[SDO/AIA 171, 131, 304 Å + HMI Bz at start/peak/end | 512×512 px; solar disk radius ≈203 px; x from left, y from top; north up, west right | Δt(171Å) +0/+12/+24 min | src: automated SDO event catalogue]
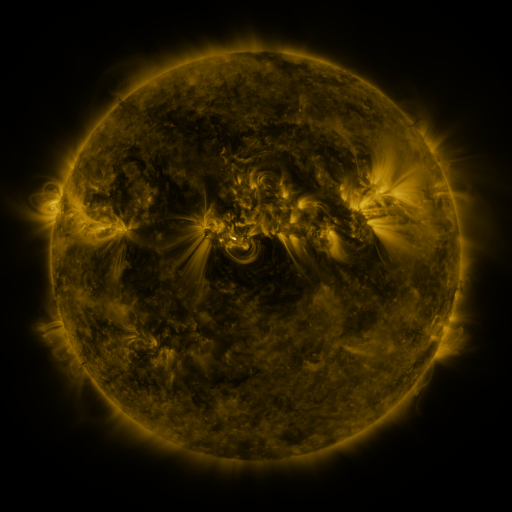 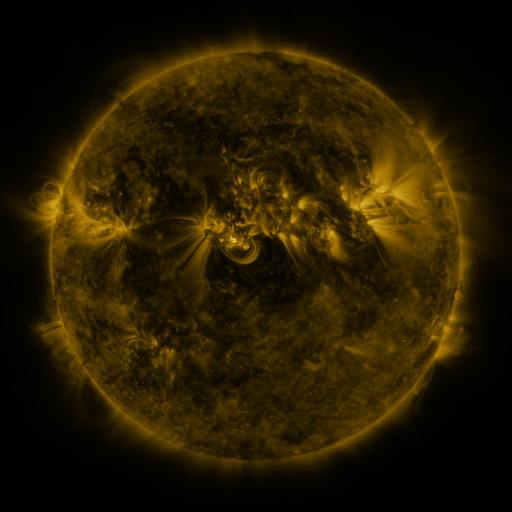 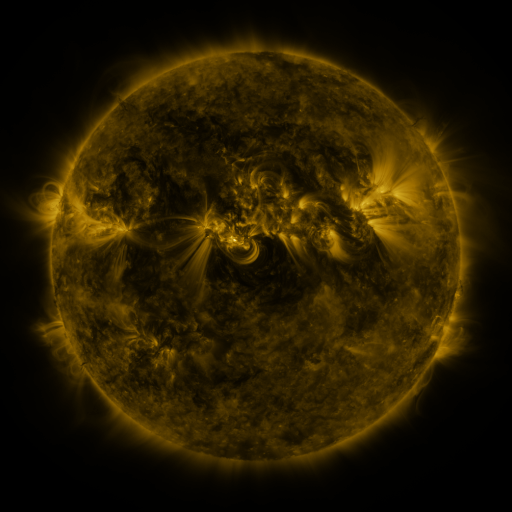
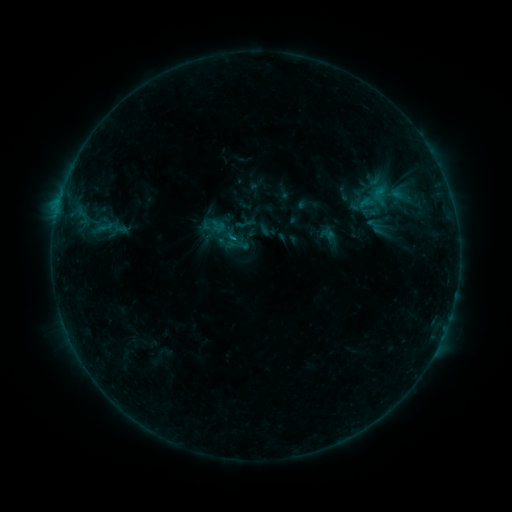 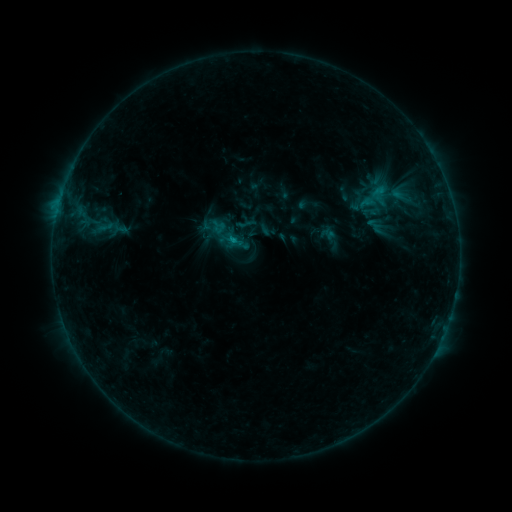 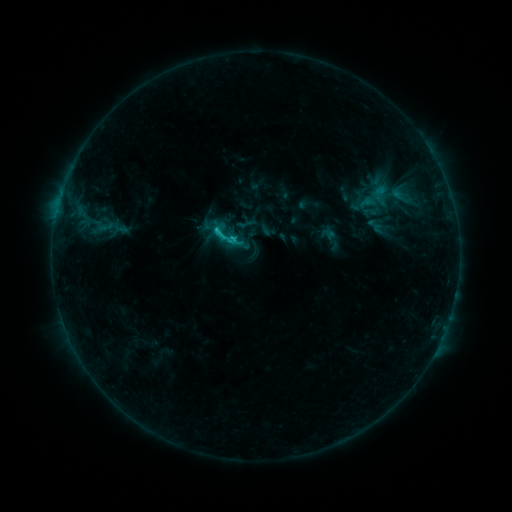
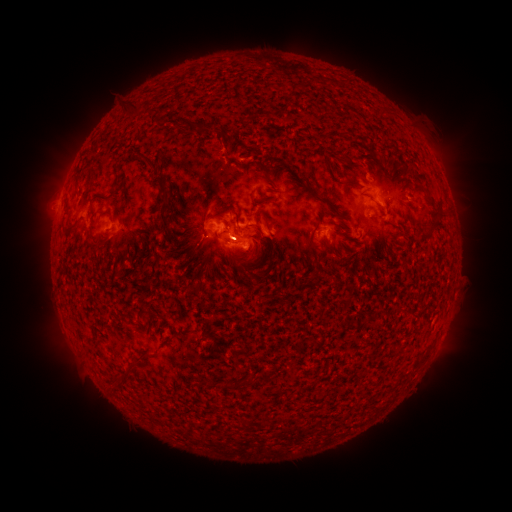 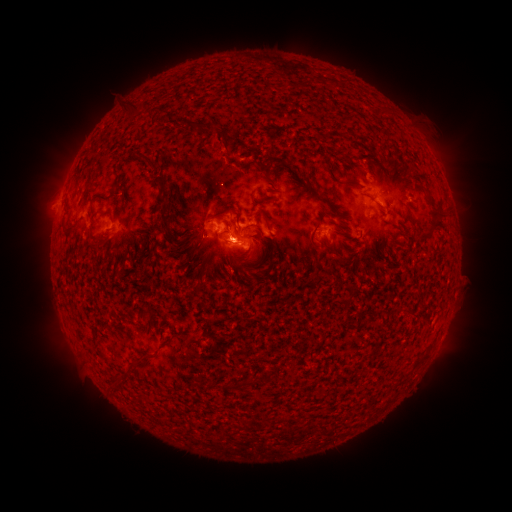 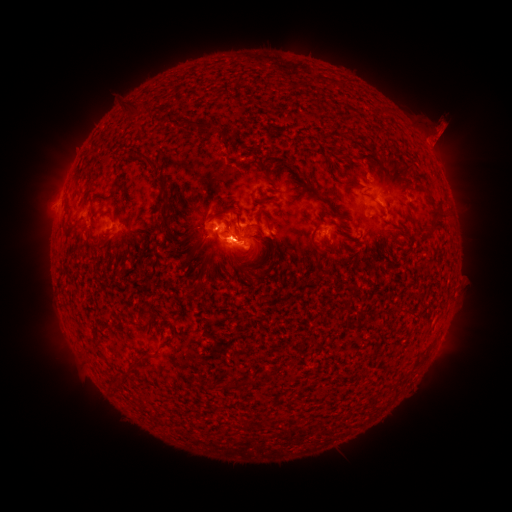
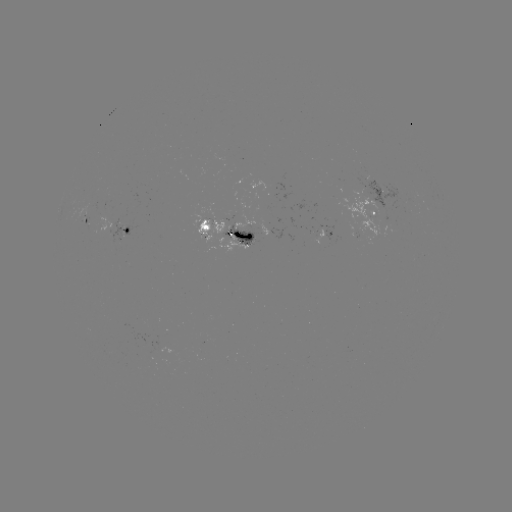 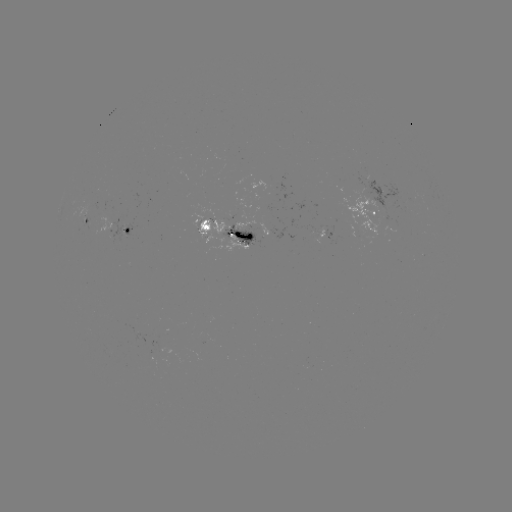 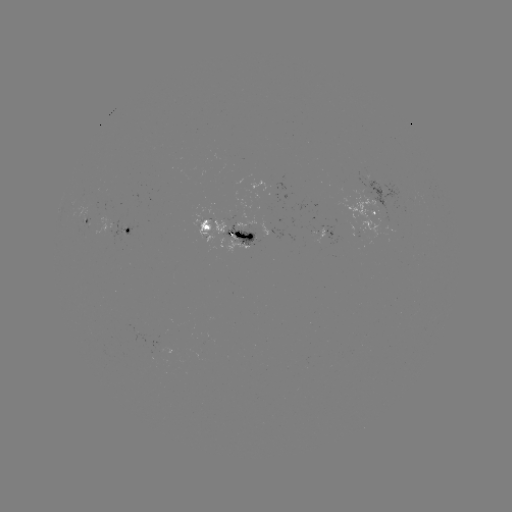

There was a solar eruption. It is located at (226, 251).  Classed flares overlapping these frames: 2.